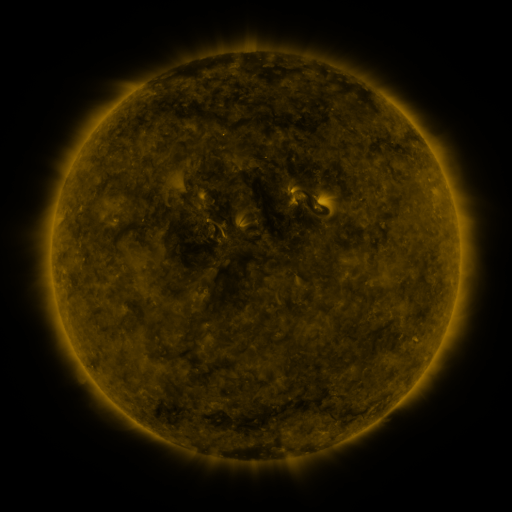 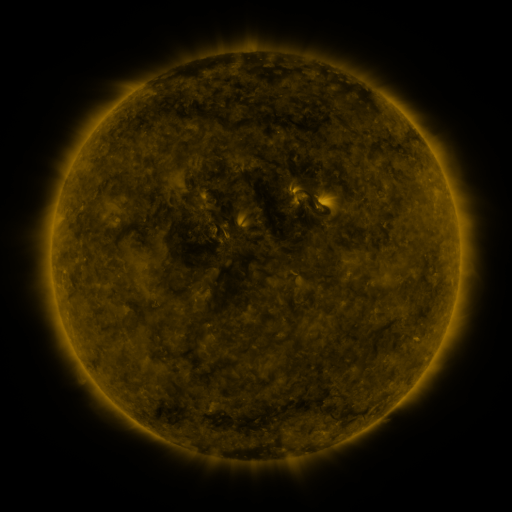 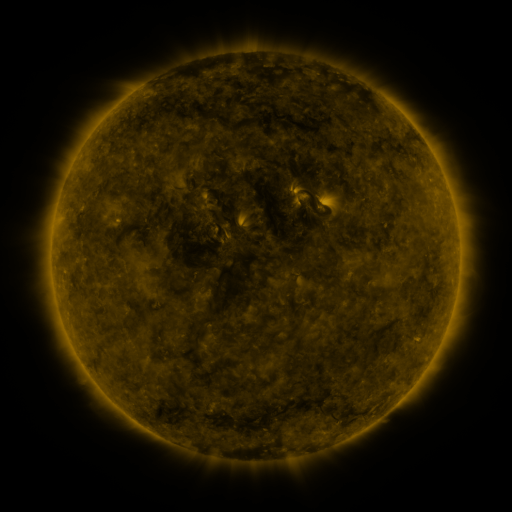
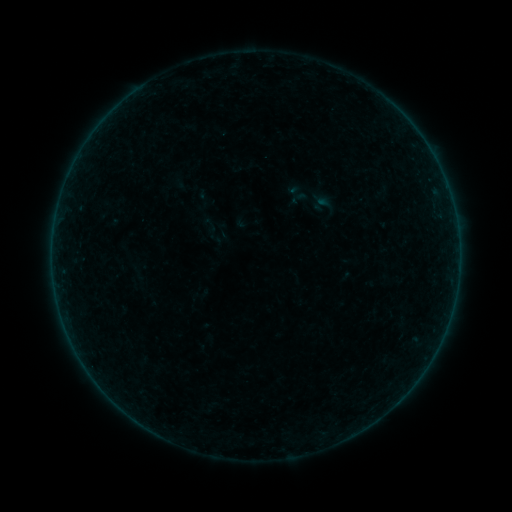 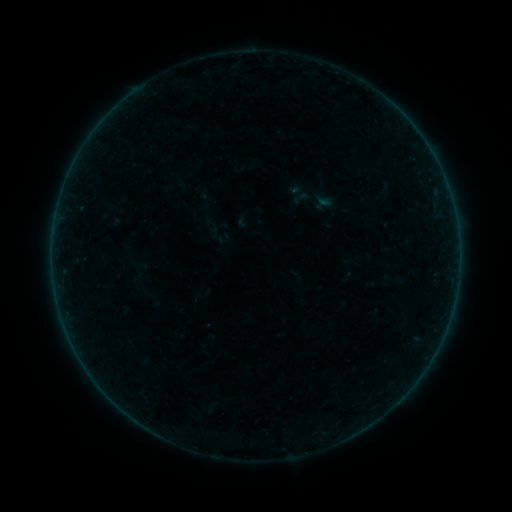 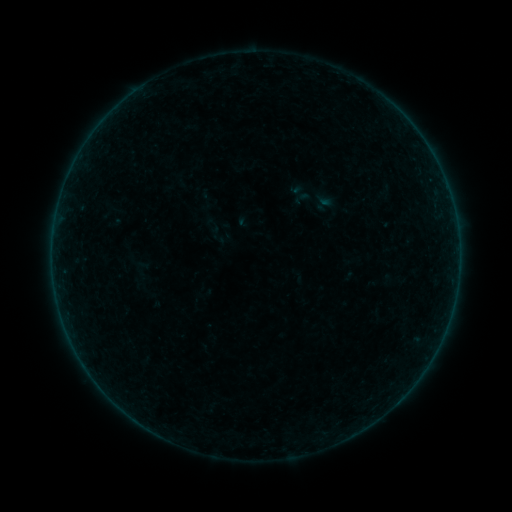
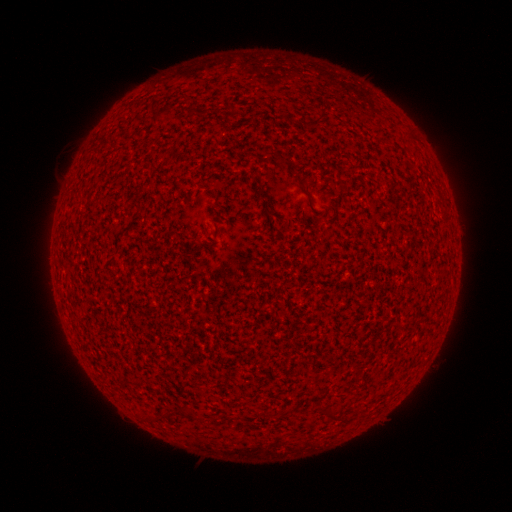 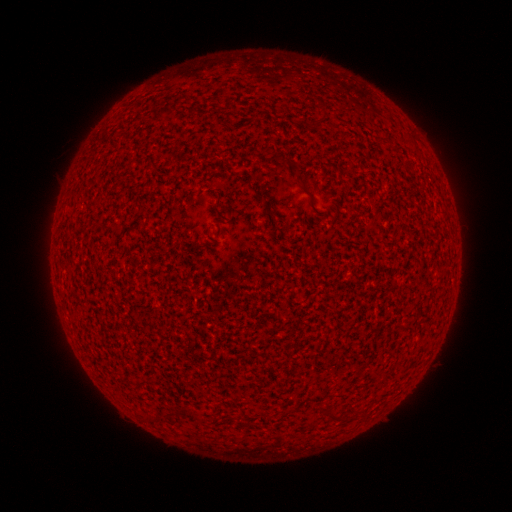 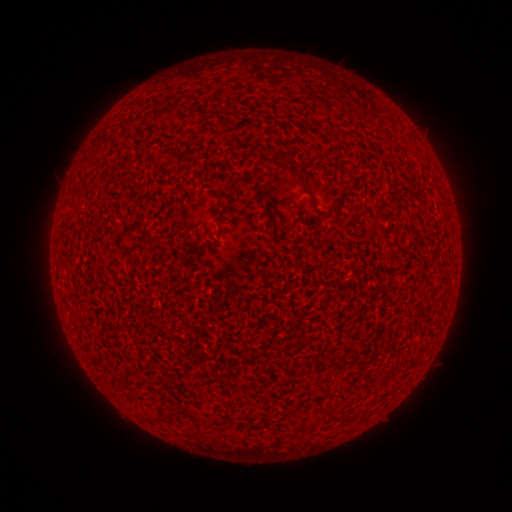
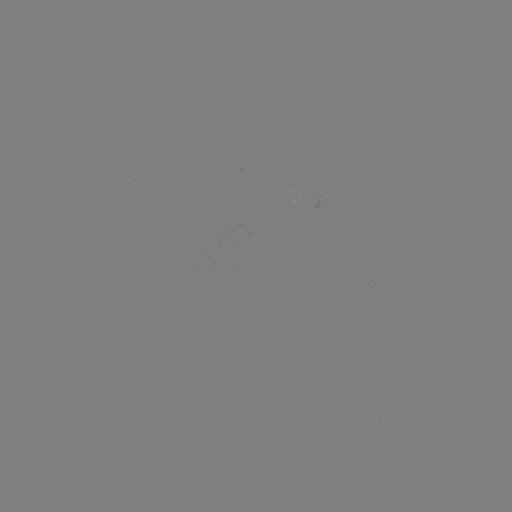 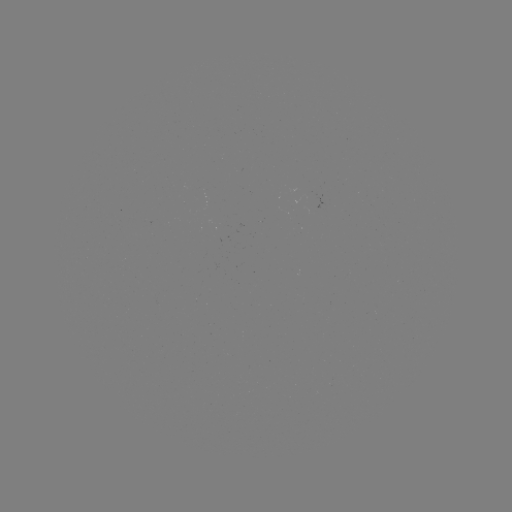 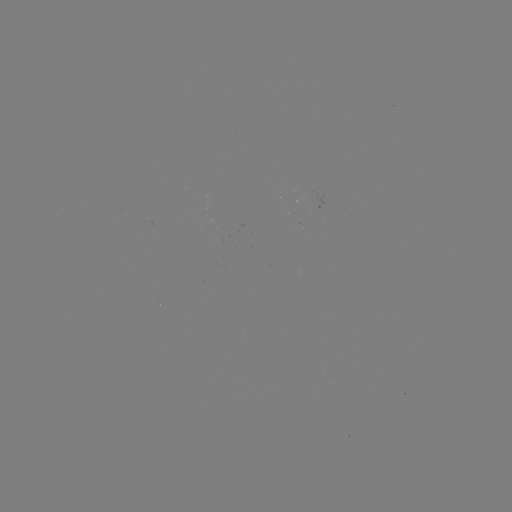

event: emerging-flux region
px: (313, 198)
